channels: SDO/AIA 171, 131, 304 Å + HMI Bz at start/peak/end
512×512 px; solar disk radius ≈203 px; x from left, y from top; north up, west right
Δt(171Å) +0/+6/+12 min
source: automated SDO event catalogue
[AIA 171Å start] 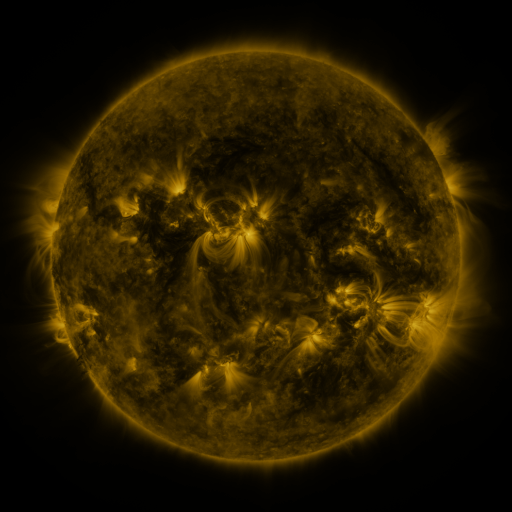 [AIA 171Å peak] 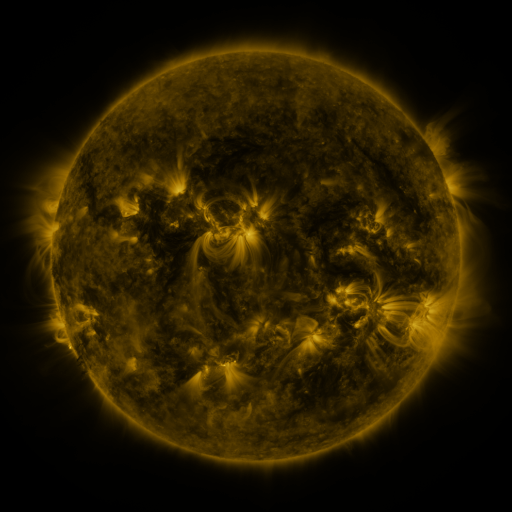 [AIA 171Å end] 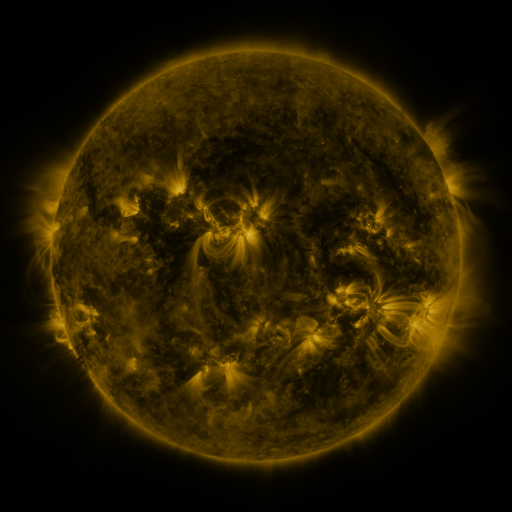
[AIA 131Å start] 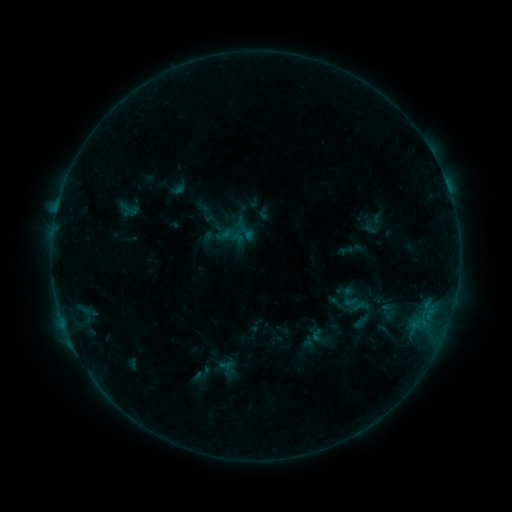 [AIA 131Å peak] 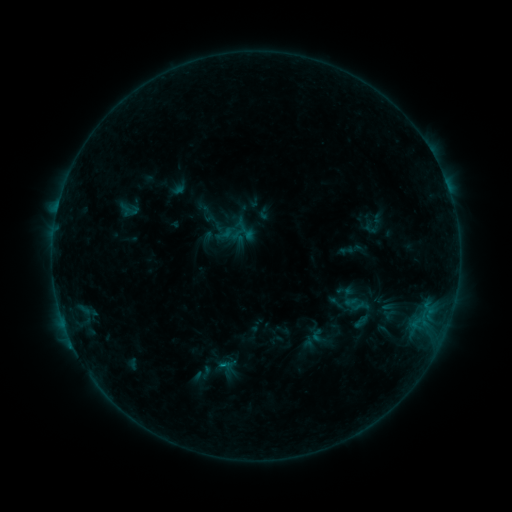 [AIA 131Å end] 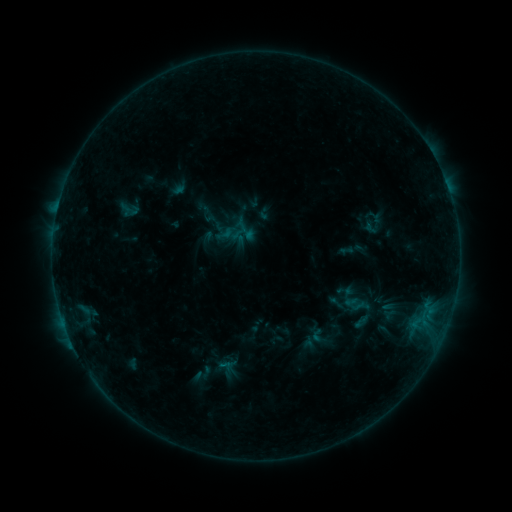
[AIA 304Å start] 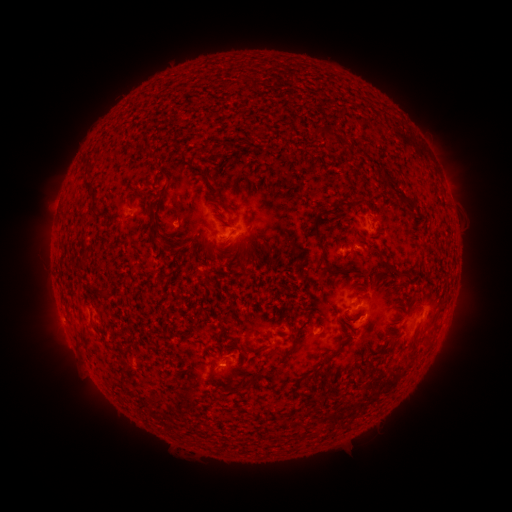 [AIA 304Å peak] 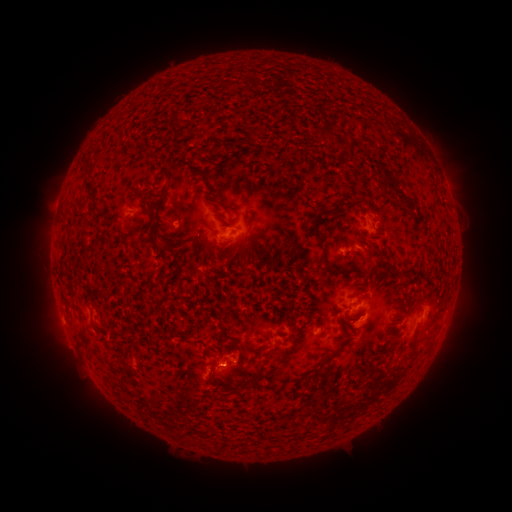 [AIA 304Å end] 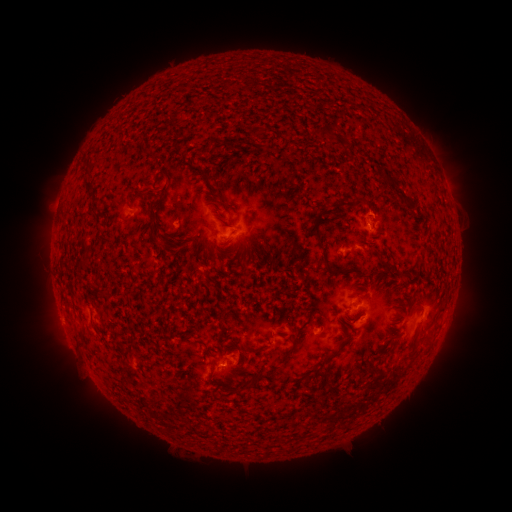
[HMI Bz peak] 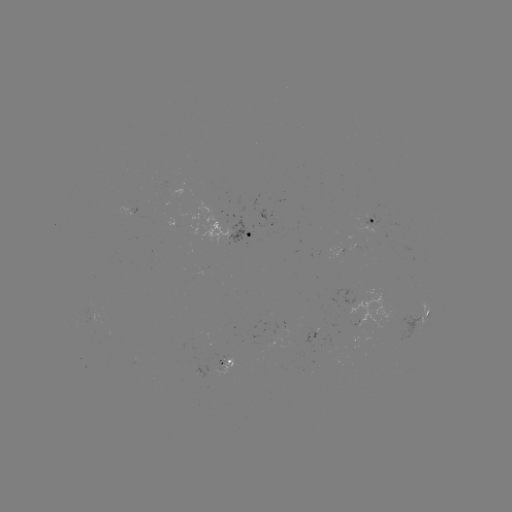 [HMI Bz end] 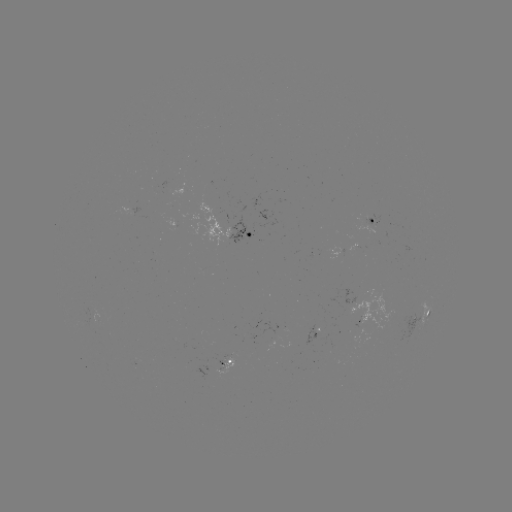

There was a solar flare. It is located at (224, 367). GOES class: B3.6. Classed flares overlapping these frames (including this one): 1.